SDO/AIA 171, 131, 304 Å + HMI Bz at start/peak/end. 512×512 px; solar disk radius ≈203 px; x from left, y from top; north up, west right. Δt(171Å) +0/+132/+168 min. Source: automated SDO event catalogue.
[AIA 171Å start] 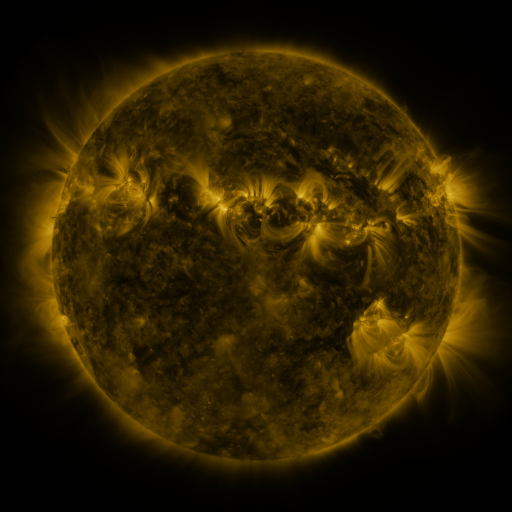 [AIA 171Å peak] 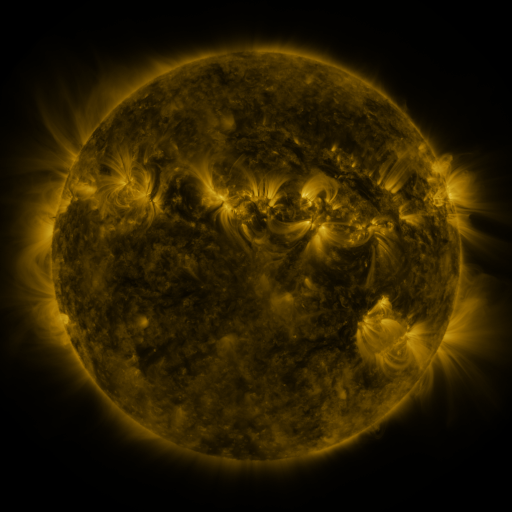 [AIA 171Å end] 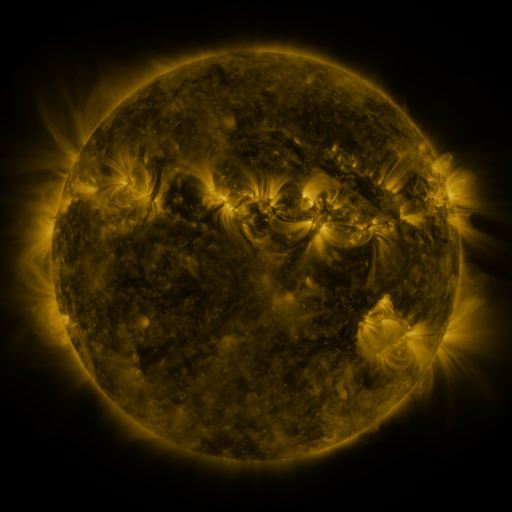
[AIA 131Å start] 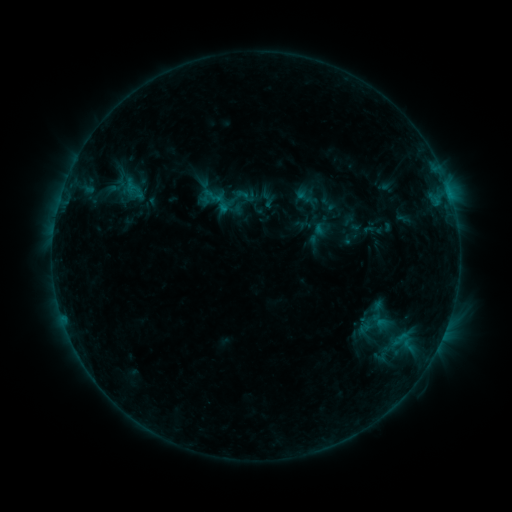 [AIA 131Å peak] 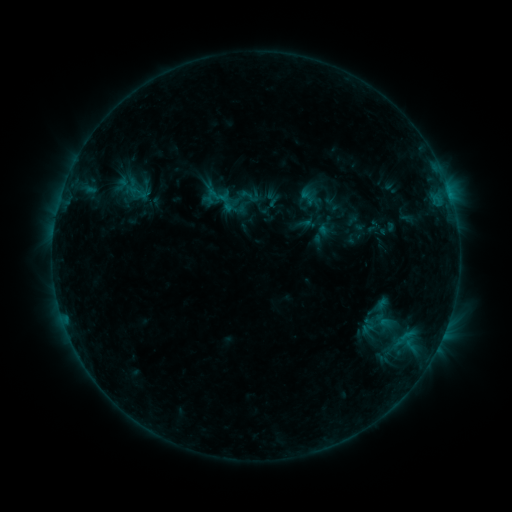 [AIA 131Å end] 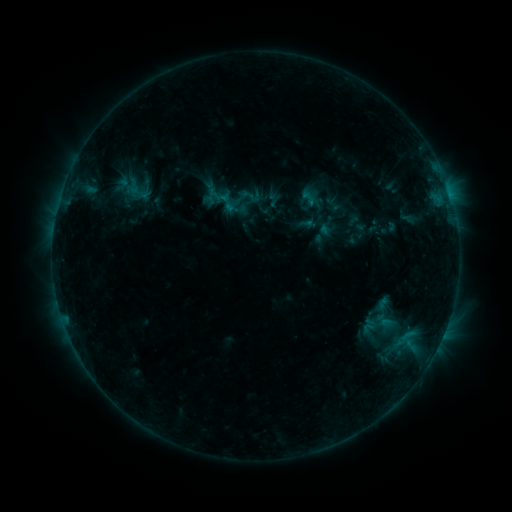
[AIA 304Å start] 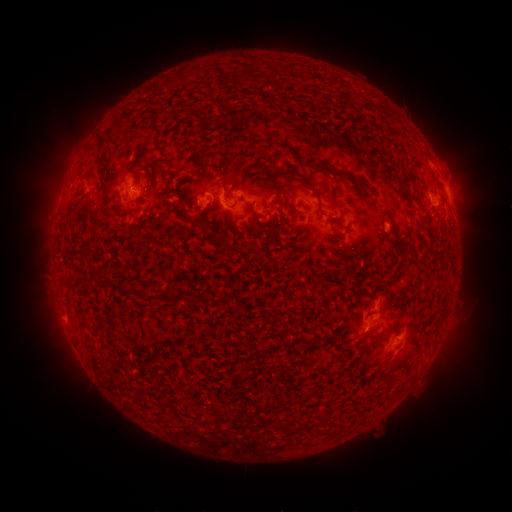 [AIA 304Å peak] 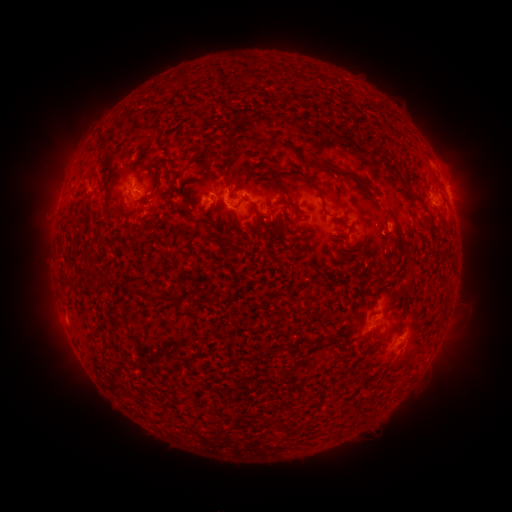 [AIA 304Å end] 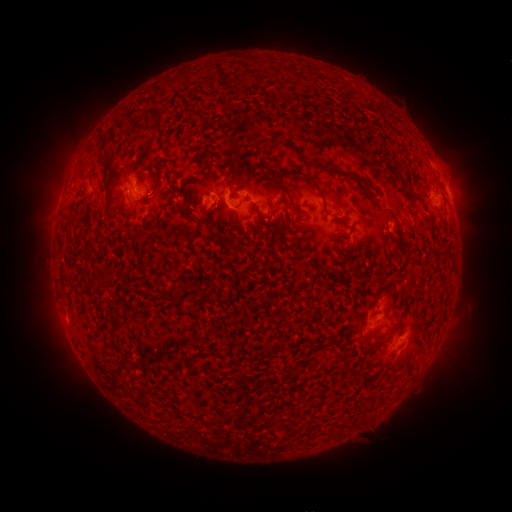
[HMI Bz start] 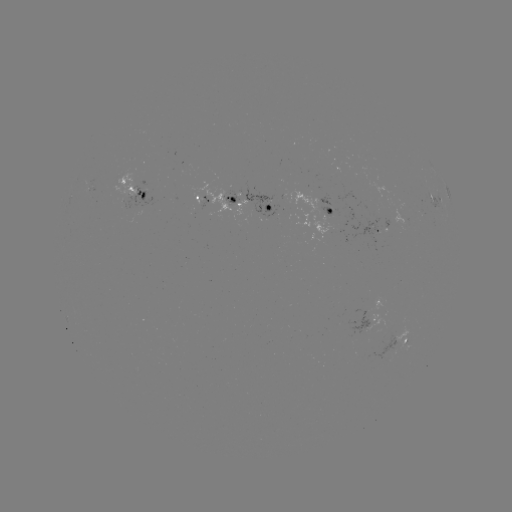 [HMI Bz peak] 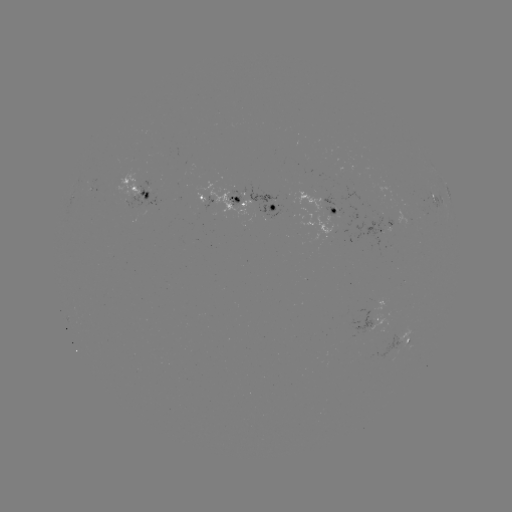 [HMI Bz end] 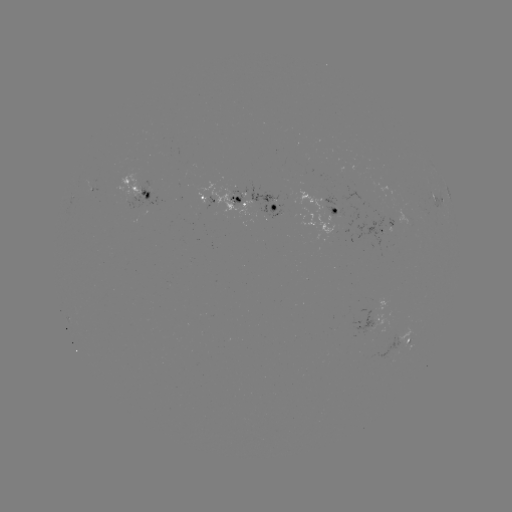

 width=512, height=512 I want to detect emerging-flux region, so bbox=[323, 206, 337, 217].